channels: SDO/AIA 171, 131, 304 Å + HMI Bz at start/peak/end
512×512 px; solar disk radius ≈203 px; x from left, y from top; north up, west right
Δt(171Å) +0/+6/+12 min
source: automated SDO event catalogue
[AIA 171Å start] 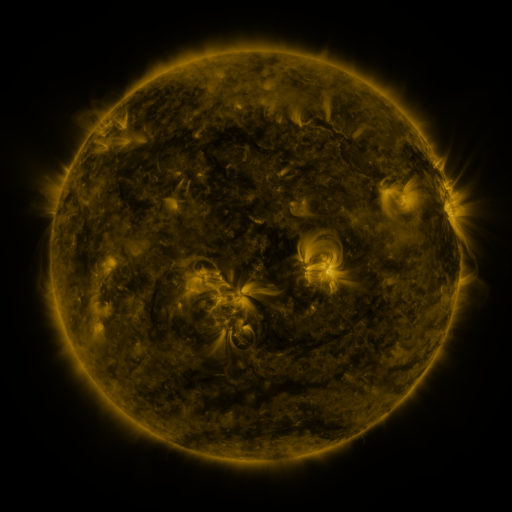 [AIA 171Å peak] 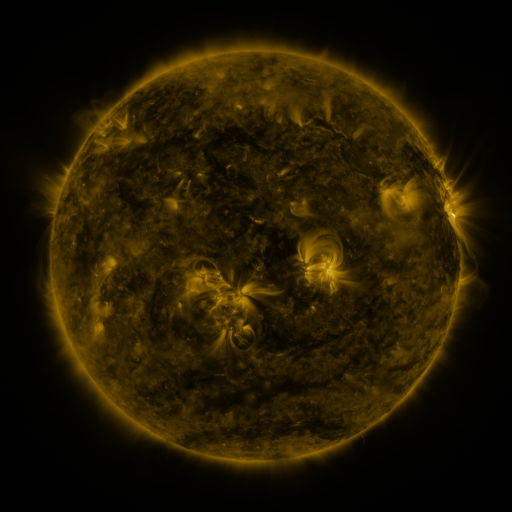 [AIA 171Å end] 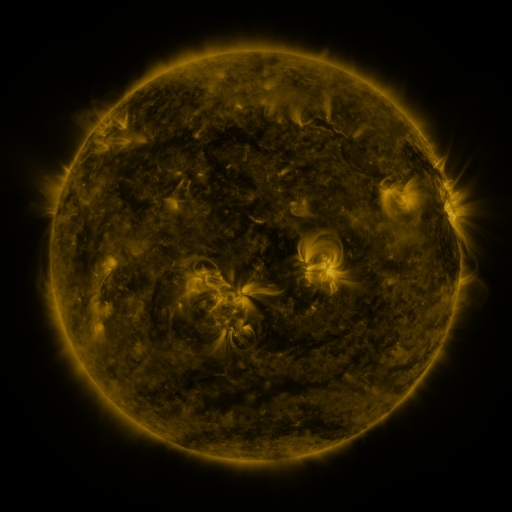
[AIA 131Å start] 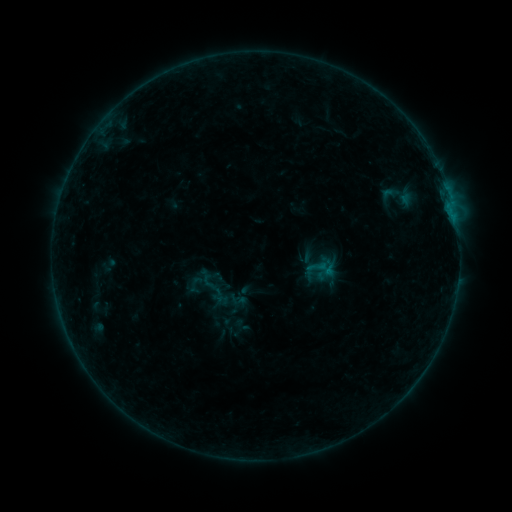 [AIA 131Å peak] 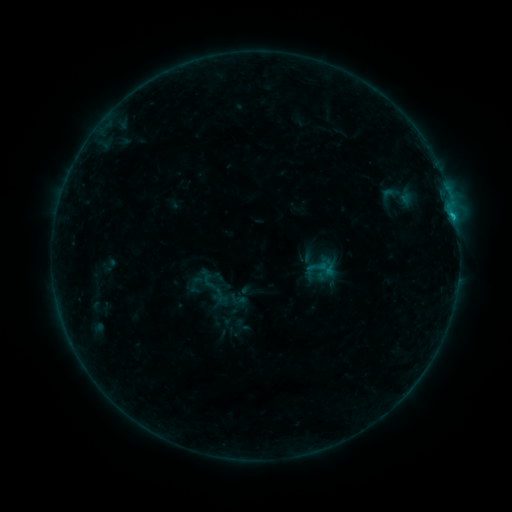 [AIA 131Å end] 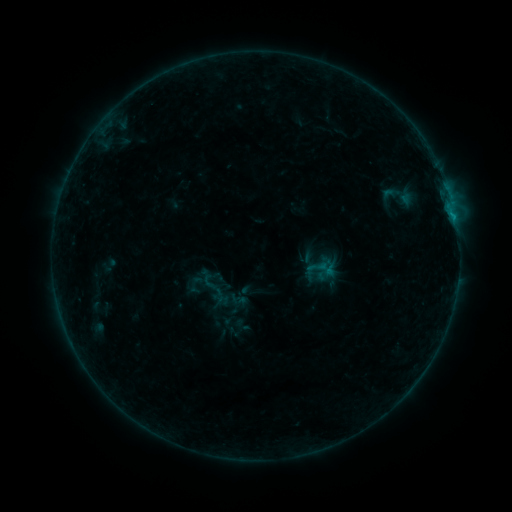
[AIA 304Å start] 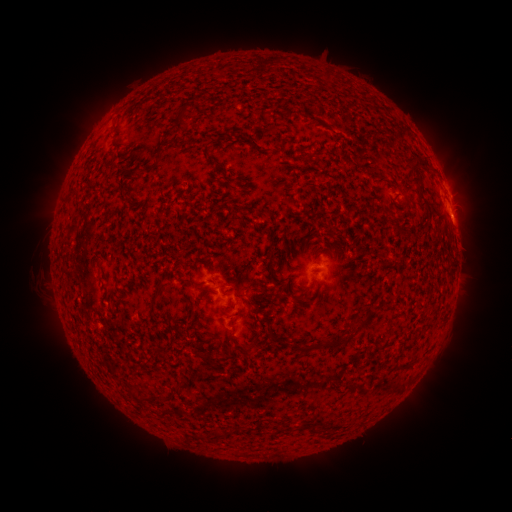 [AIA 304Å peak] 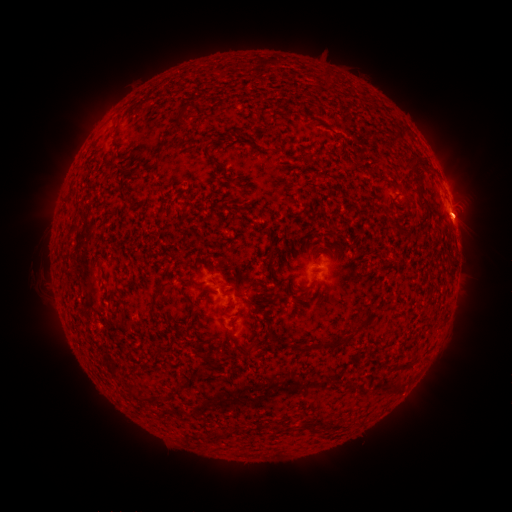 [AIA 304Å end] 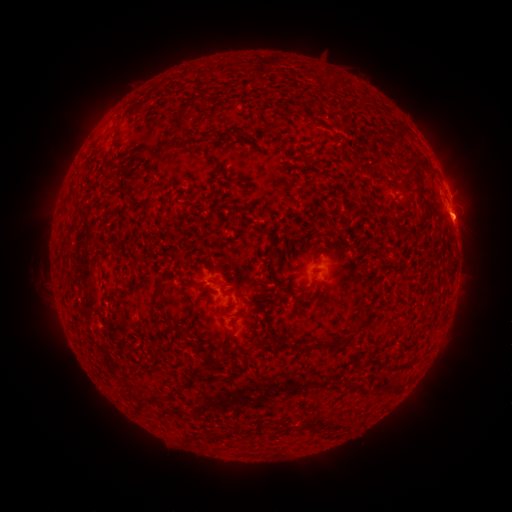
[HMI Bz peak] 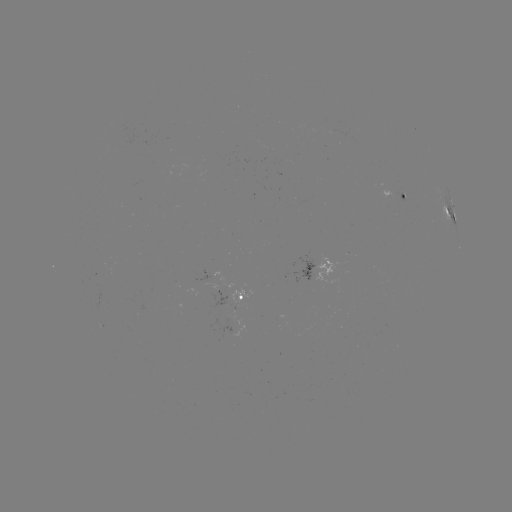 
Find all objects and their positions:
B8.3 flare: (451, 215)
